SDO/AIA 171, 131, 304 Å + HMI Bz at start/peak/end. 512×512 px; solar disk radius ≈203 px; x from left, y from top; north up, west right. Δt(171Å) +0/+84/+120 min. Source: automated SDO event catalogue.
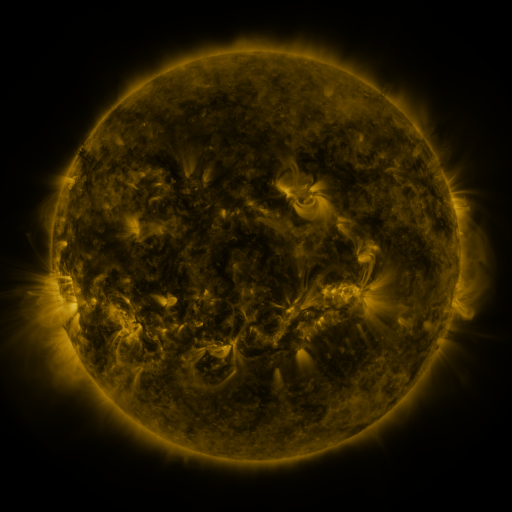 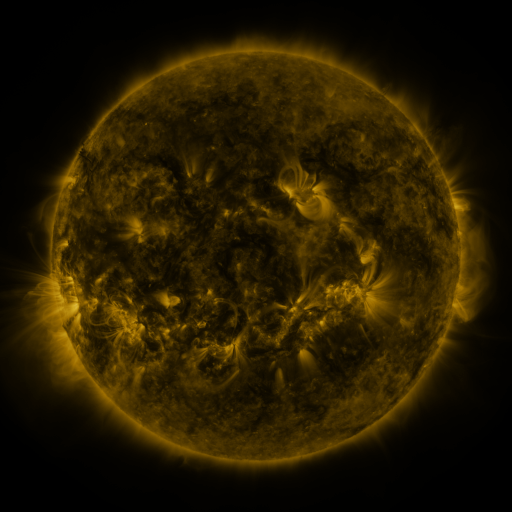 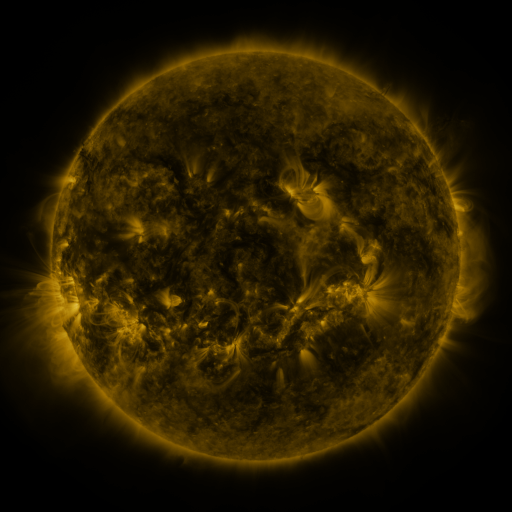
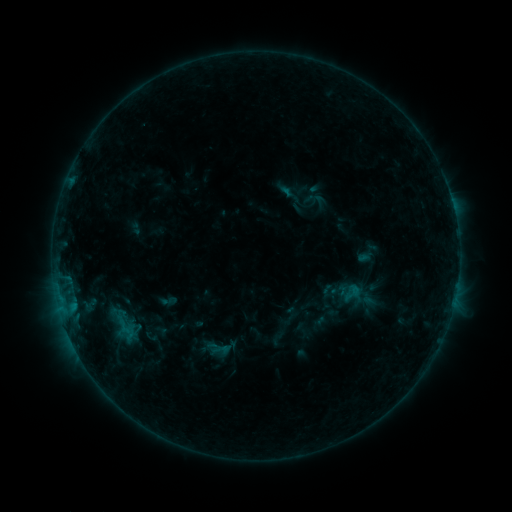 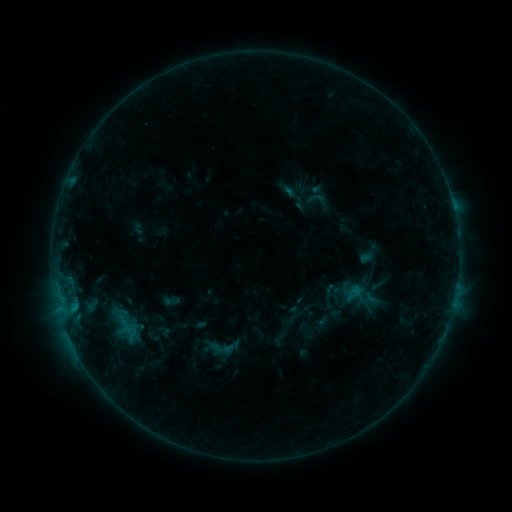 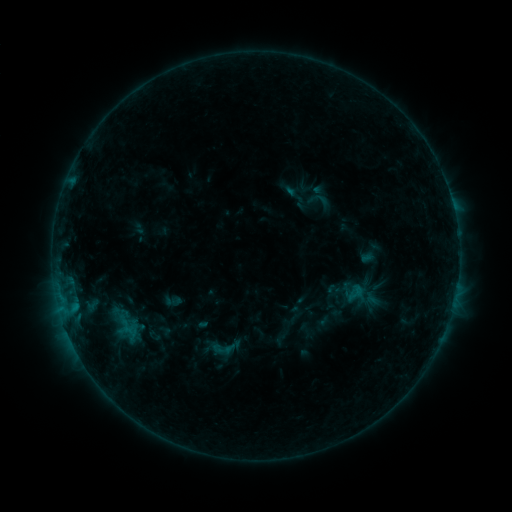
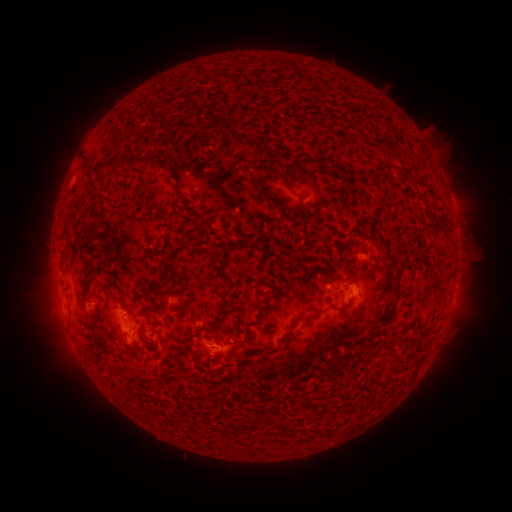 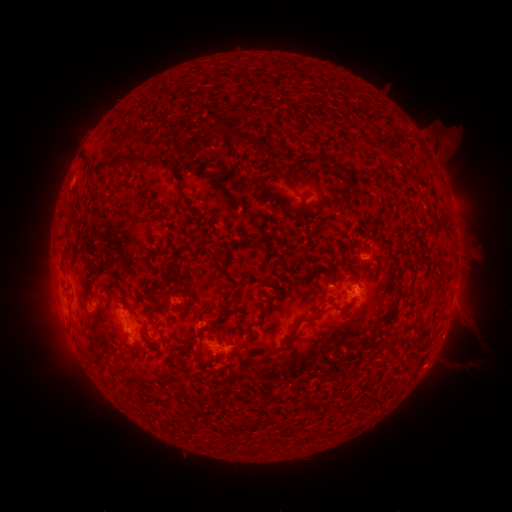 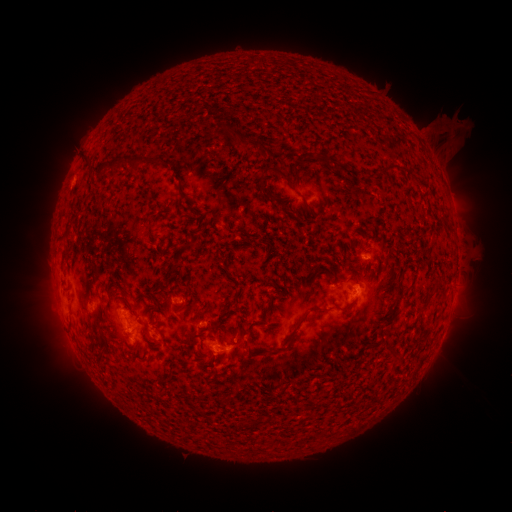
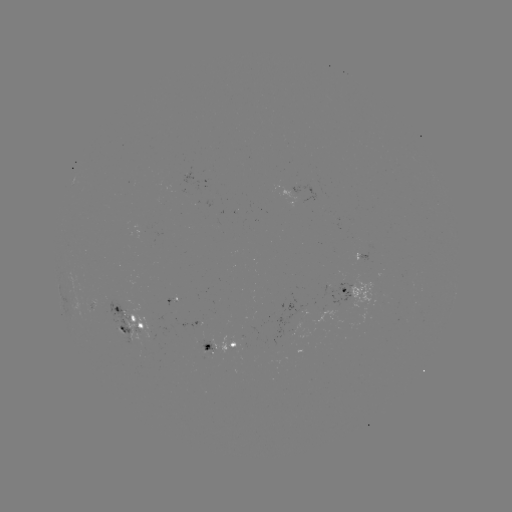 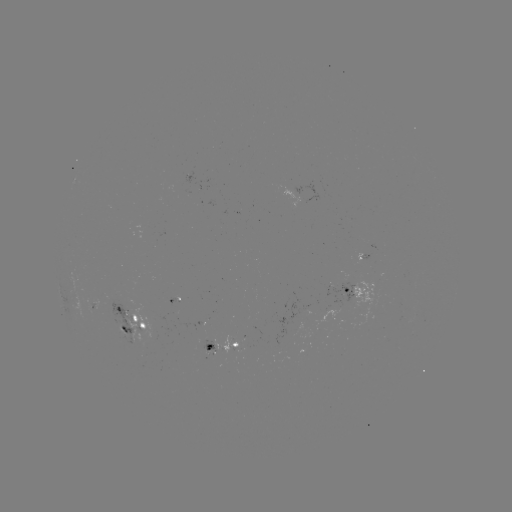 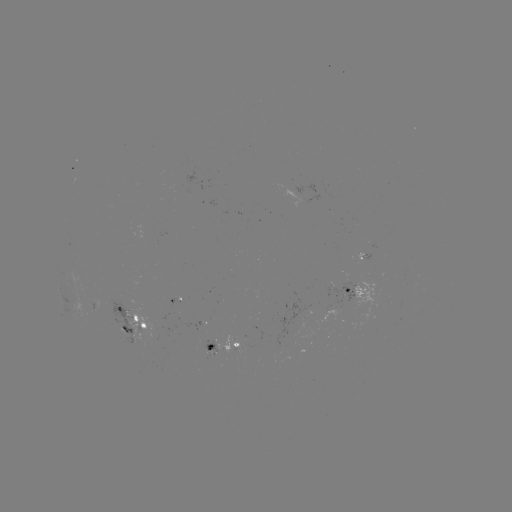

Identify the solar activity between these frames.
emerging-flux region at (175, 307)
